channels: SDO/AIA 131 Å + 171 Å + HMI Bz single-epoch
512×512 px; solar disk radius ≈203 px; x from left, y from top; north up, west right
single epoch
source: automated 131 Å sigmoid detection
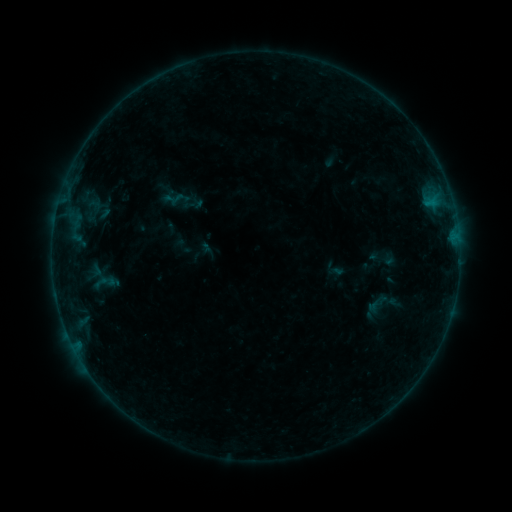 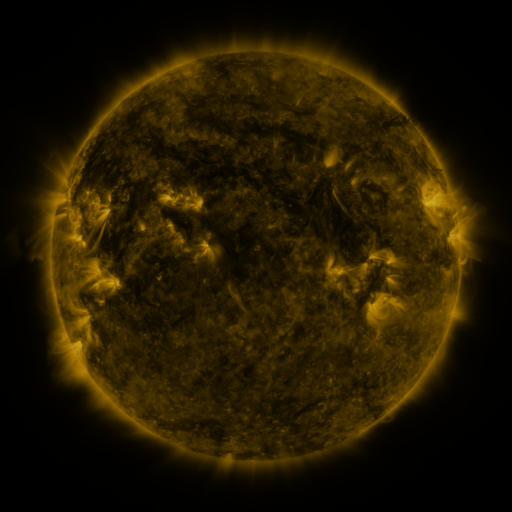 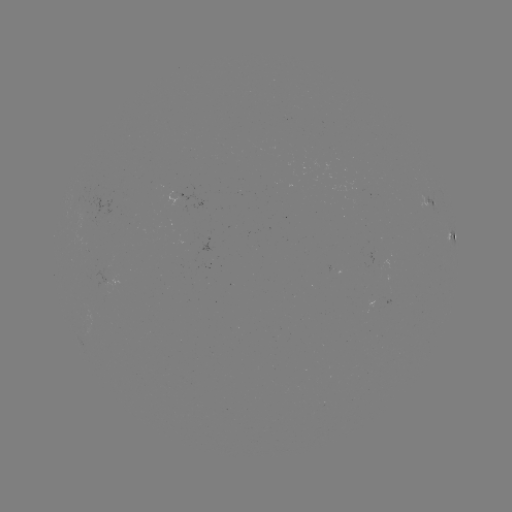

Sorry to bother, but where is sigmoid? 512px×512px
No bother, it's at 103,282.